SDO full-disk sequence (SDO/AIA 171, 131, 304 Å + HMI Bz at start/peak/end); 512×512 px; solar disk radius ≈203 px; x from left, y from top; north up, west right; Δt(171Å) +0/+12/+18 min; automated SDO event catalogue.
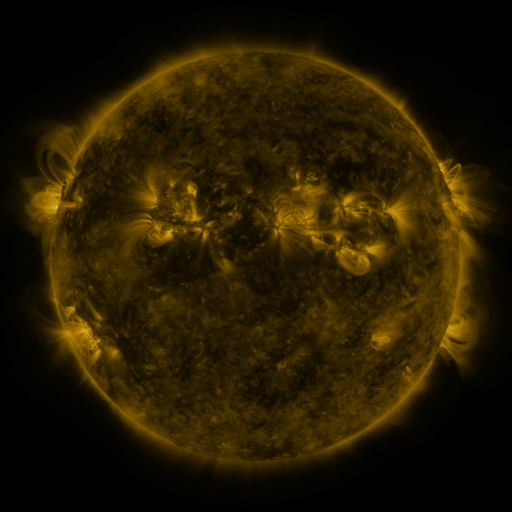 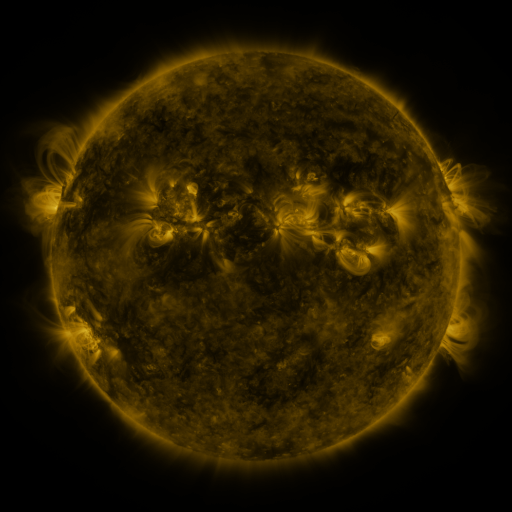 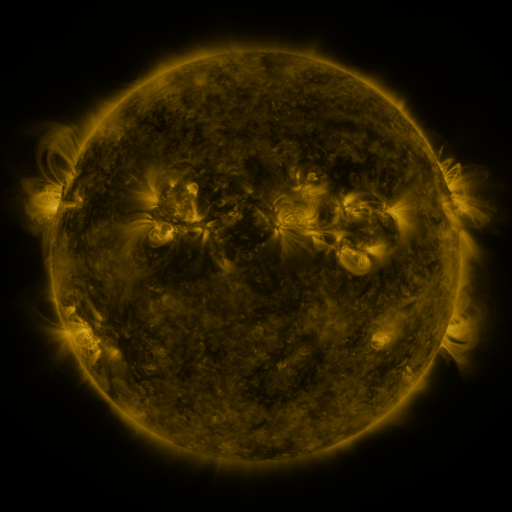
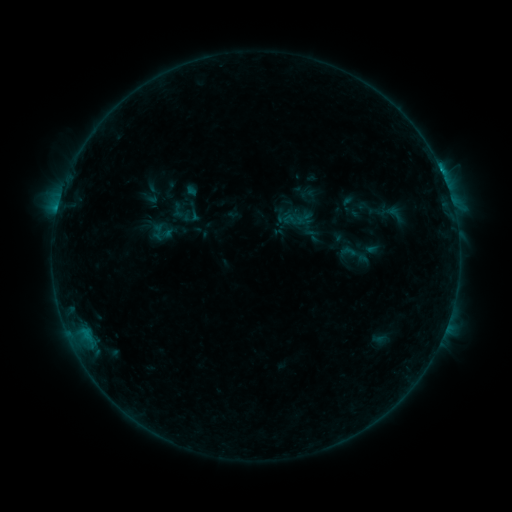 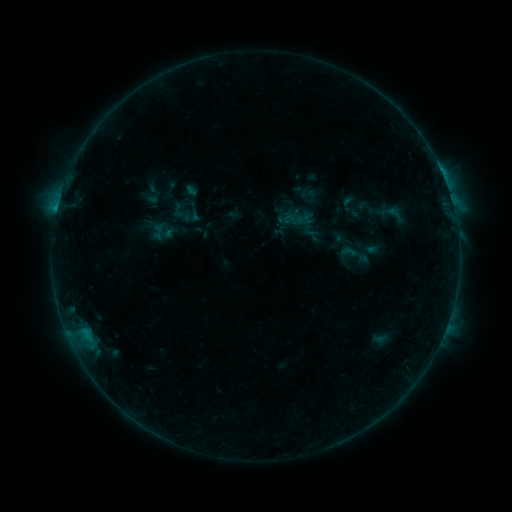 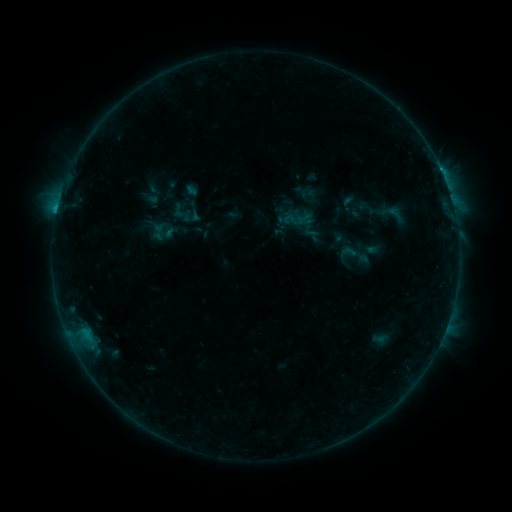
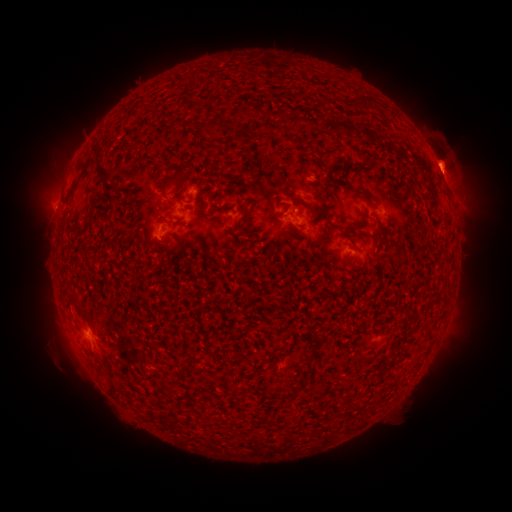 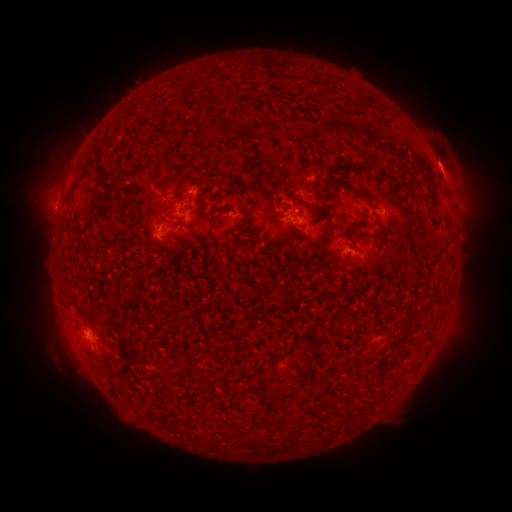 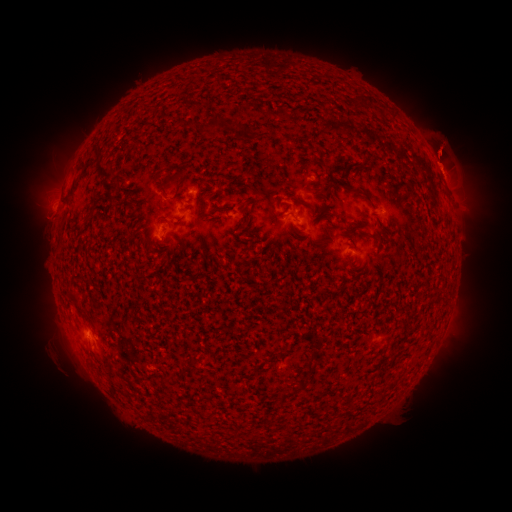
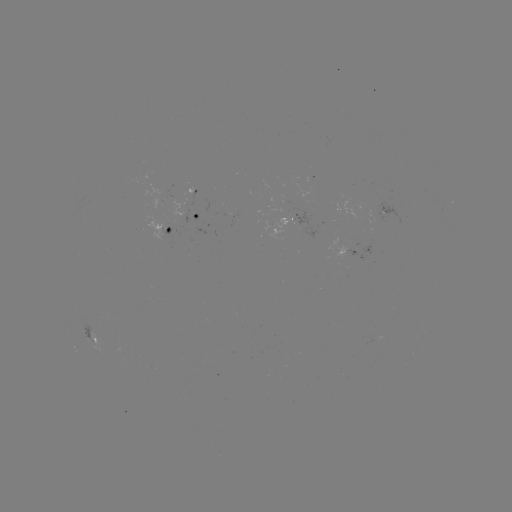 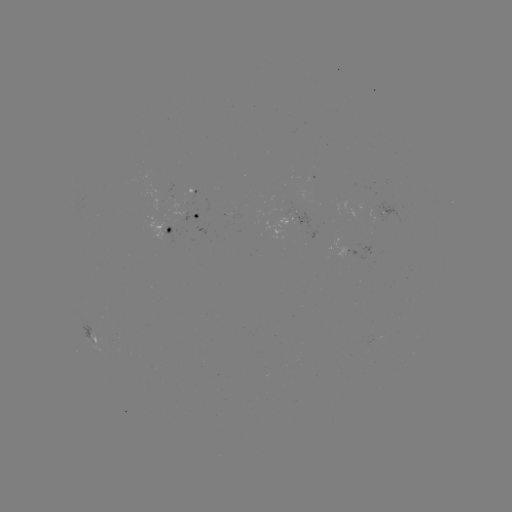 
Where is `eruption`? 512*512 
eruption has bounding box [414, 118, 473, 176].